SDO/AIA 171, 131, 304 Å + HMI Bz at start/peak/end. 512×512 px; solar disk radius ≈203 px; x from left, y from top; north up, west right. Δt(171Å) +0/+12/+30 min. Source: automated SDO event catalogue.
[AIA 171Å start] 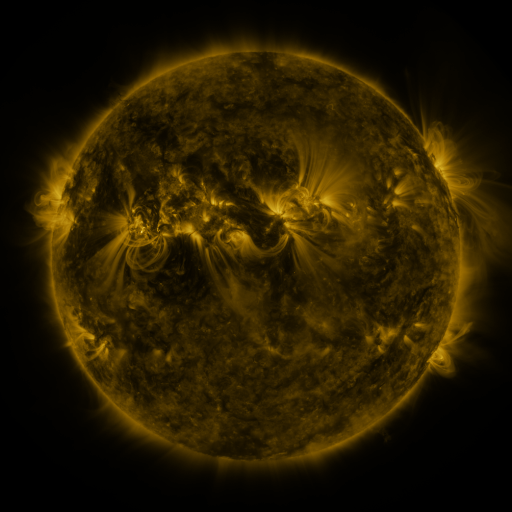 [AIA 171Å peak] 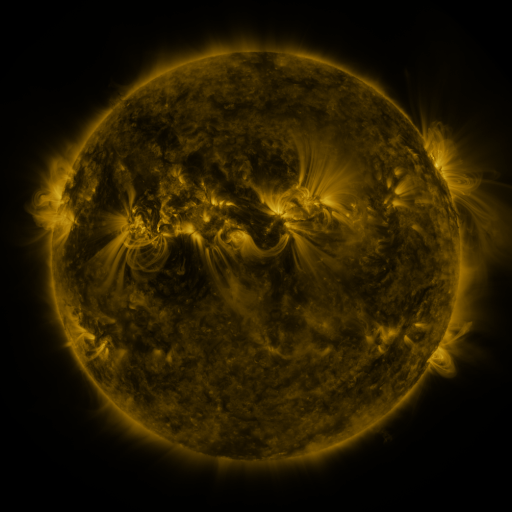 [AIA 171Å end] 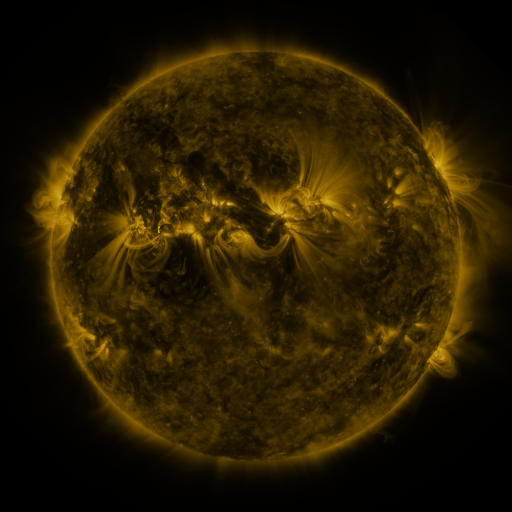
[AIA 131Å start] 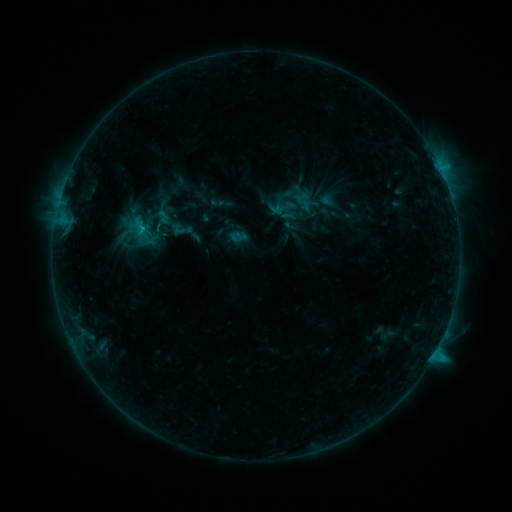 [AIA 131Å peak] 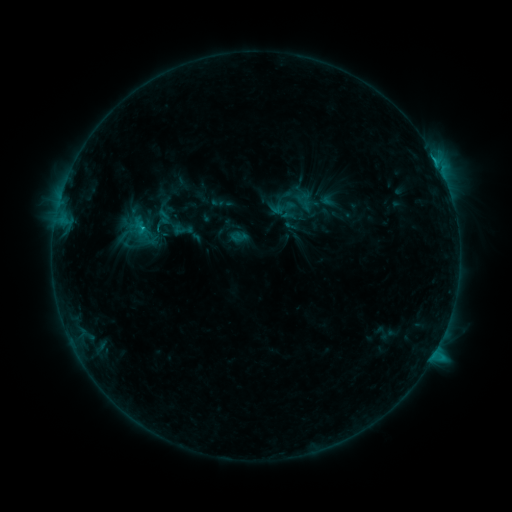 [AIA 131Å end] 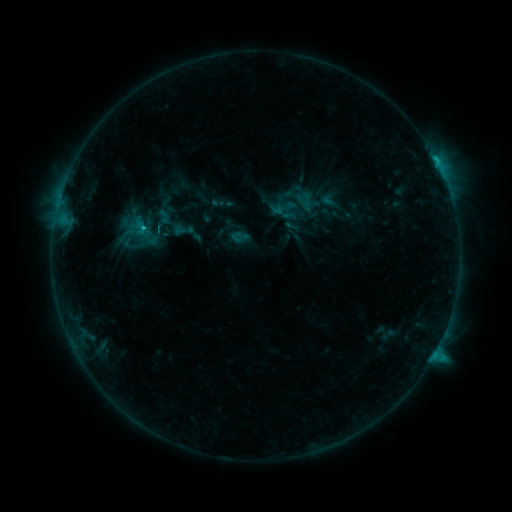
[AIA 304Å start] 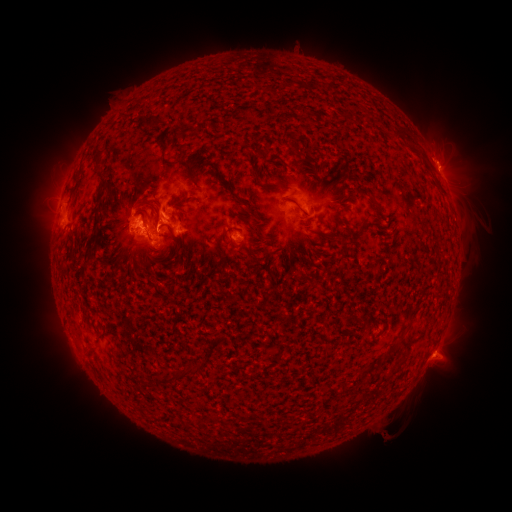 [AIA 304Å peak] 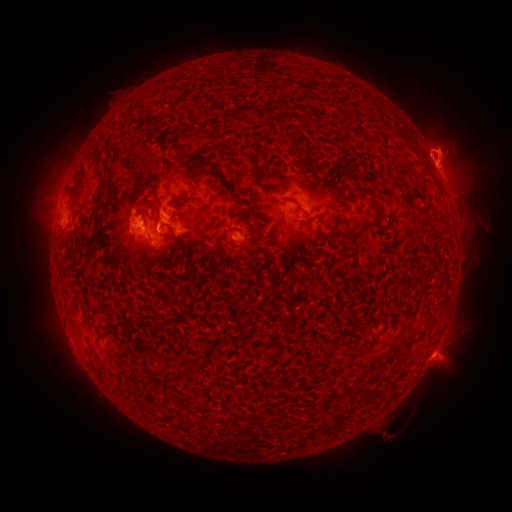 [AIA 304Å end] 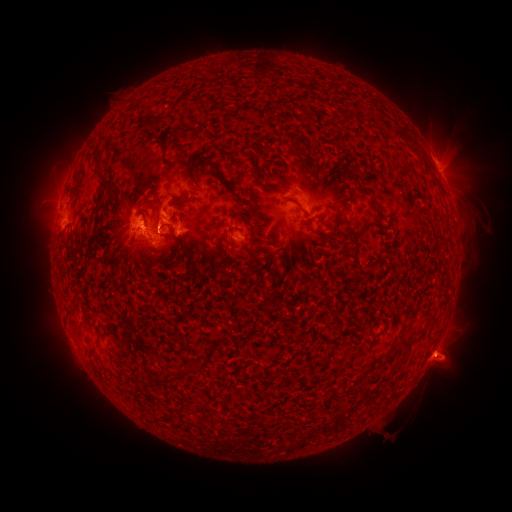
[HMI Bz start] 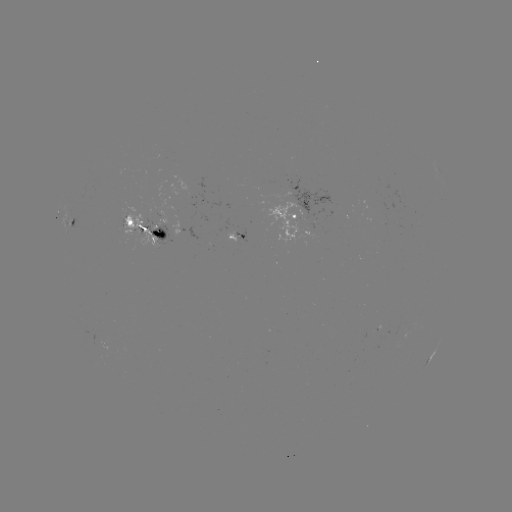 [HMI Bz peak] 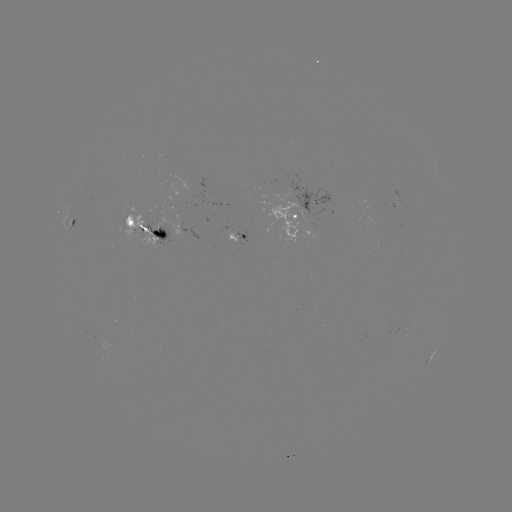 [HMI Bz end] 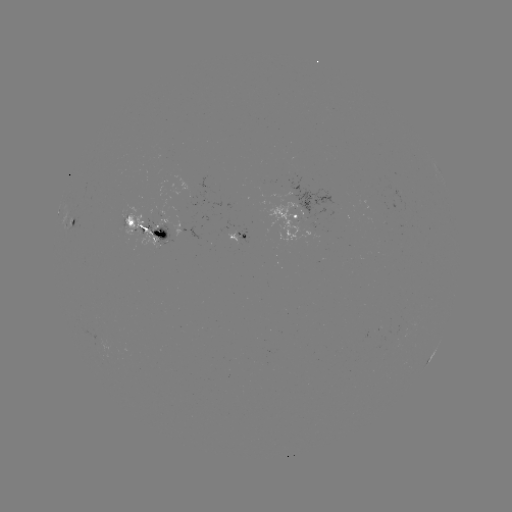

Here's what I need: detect eruption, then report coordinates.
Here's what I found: eruption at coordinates [447, 153].